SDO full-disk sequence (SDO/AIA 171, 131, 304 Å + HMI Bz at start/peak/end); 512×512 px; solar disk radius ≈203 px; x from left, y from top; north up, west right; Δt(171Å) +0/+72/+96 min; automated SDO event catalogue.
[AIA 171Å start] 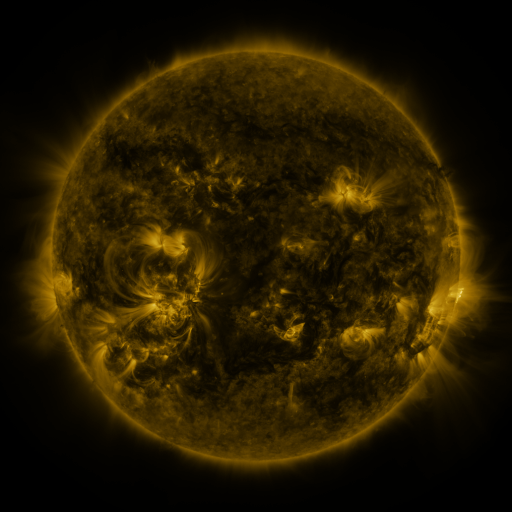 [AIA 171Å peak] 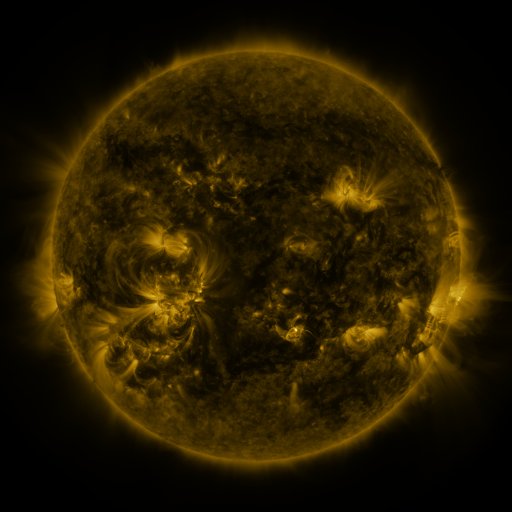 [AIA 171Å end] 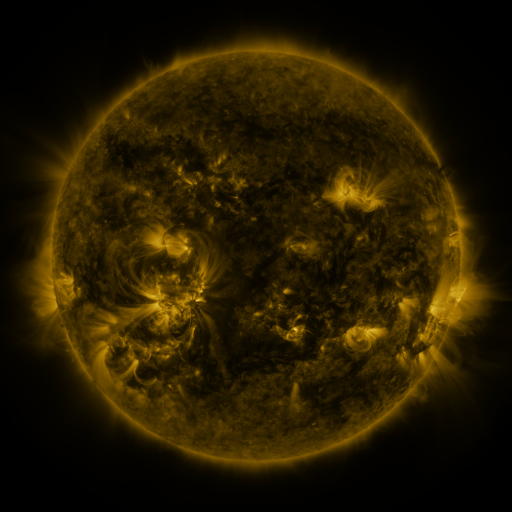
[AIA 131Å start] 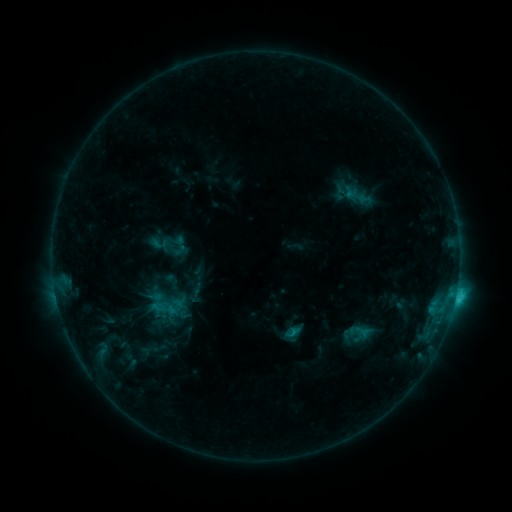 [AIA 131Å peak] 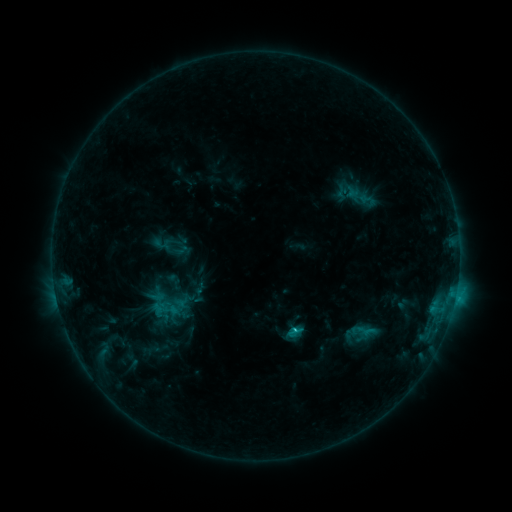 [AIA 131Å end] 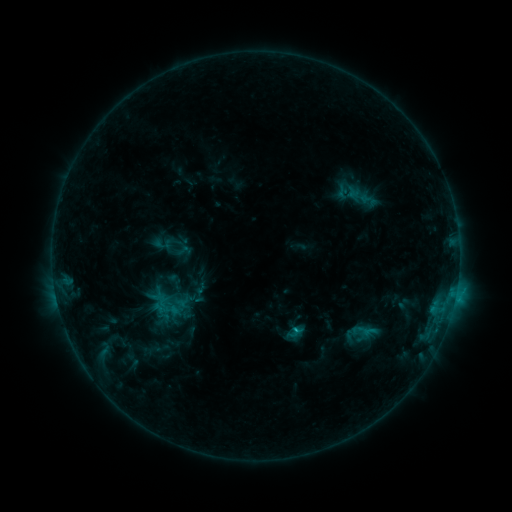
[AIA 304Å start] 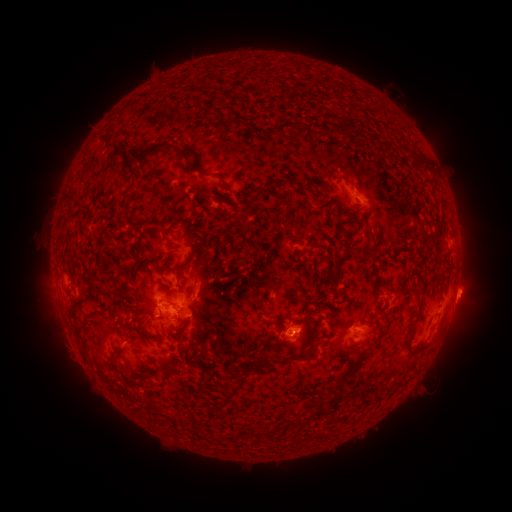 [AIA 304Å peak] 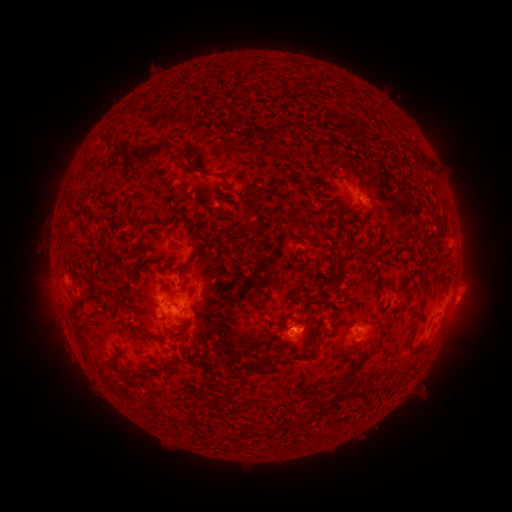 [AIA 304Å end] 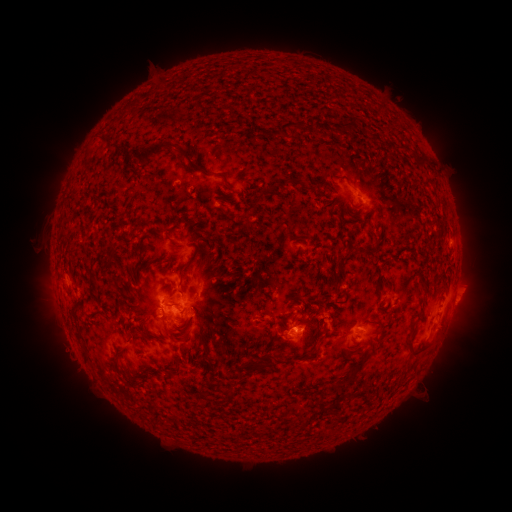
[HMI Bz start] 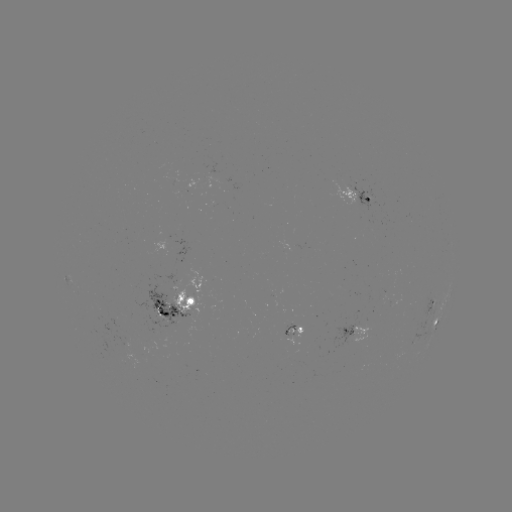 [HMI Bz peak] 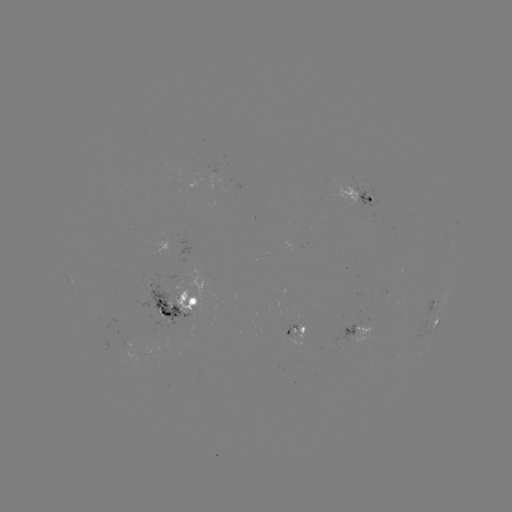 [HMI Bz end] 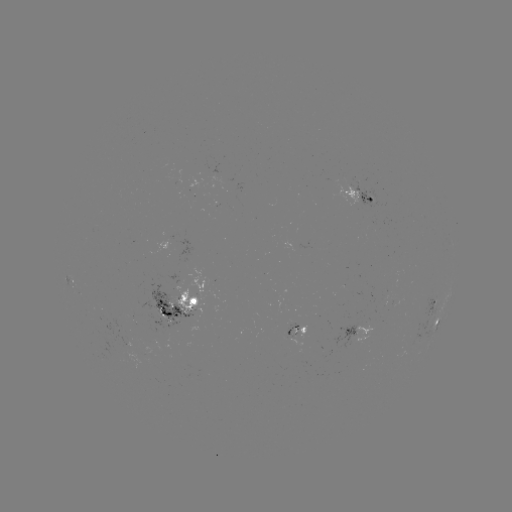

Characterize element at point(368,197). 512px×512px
emerging-flux region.